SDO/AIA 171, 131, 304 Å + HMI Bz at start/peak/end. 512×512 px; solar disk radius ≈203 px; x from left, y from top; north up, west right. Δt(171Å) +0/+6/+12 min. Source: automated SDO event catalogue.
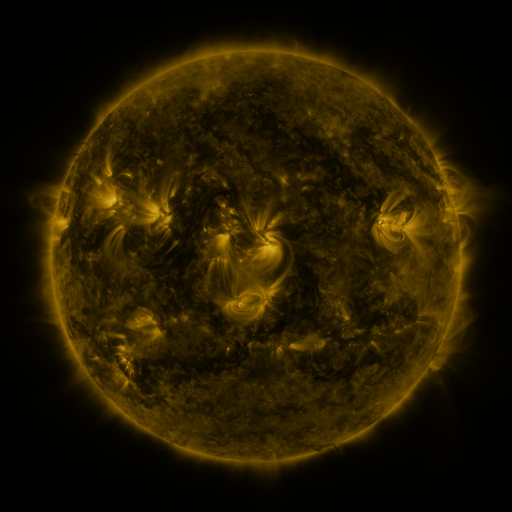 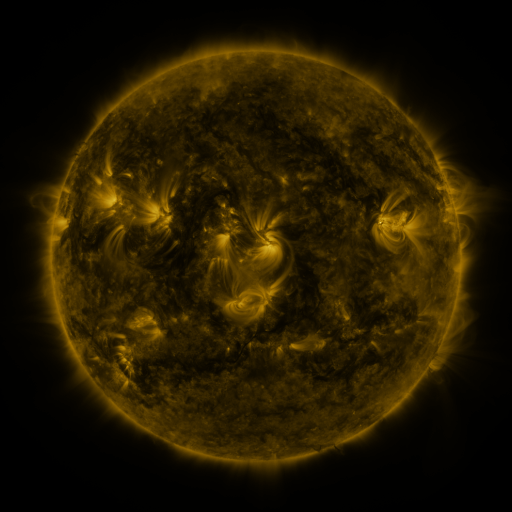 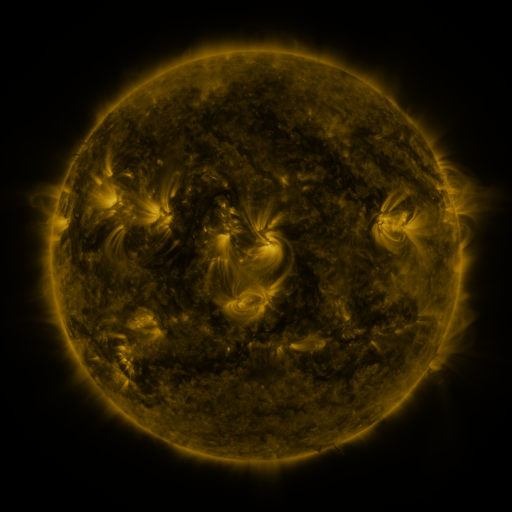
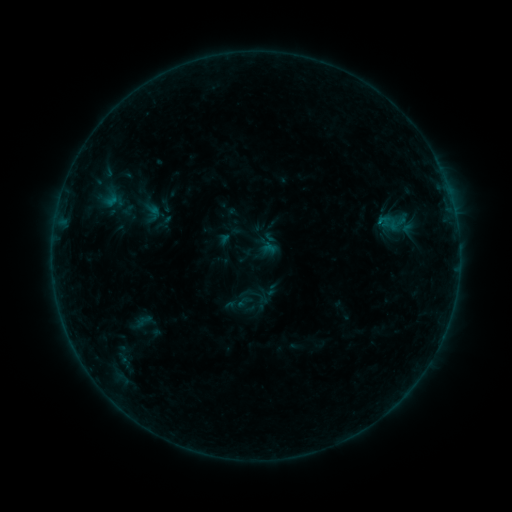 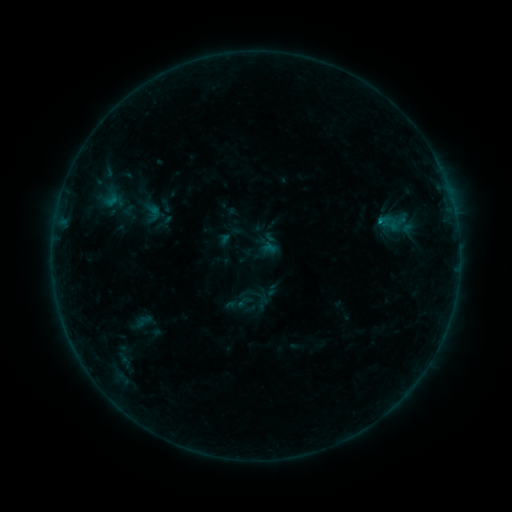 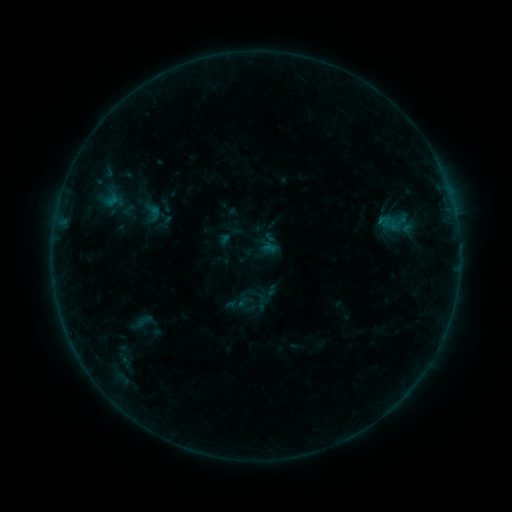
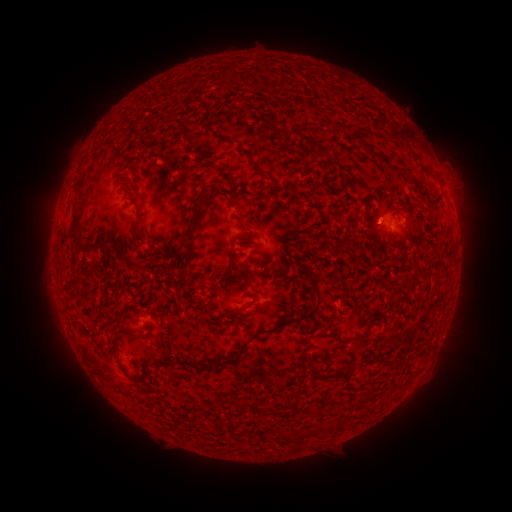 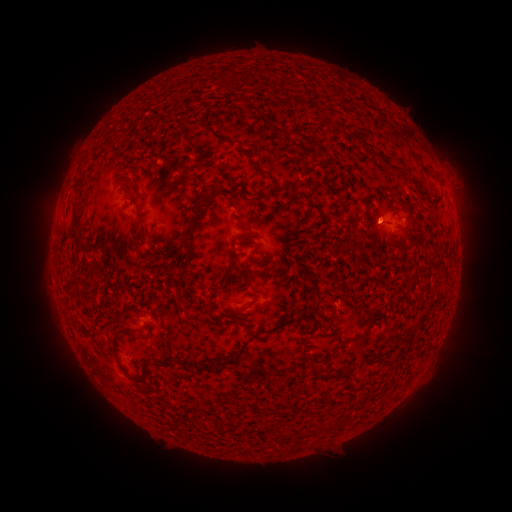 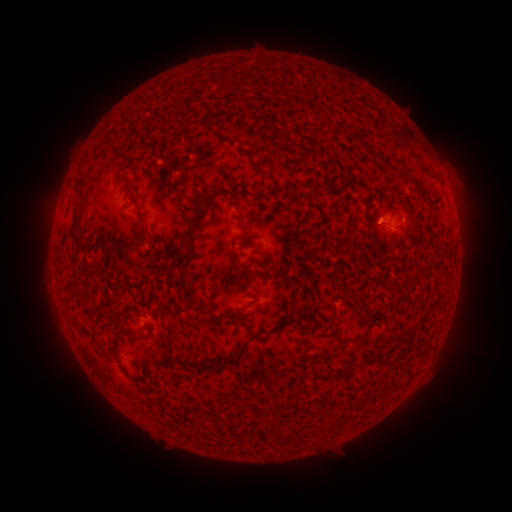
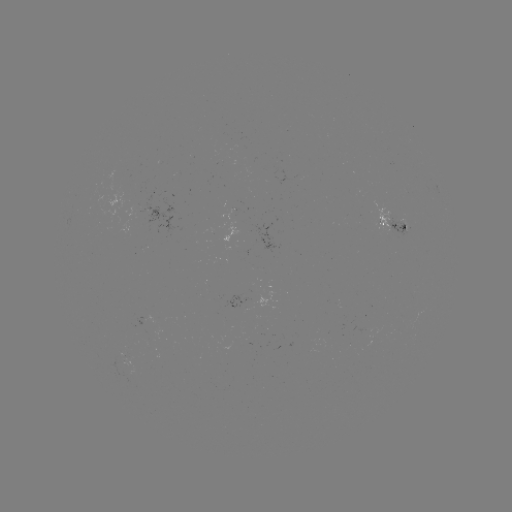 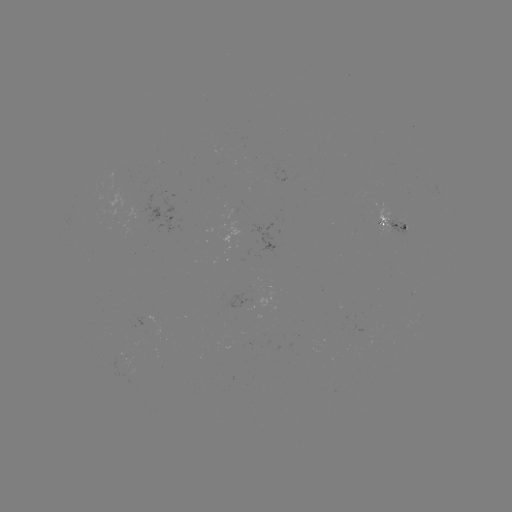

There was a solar flare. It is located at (379, 221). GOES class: B2.2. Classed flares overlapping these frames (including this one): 1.